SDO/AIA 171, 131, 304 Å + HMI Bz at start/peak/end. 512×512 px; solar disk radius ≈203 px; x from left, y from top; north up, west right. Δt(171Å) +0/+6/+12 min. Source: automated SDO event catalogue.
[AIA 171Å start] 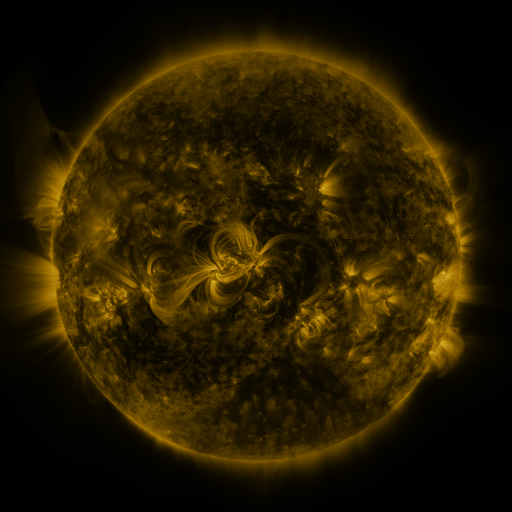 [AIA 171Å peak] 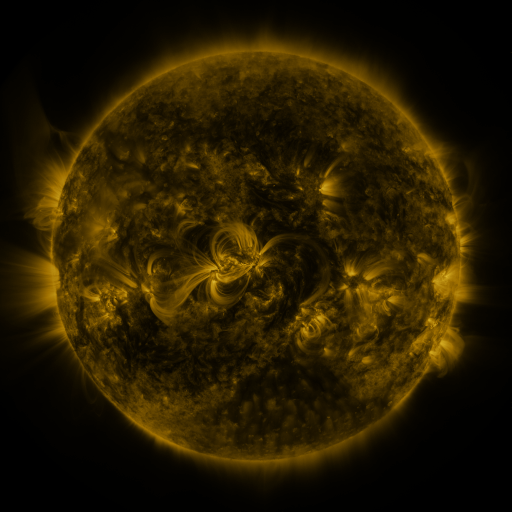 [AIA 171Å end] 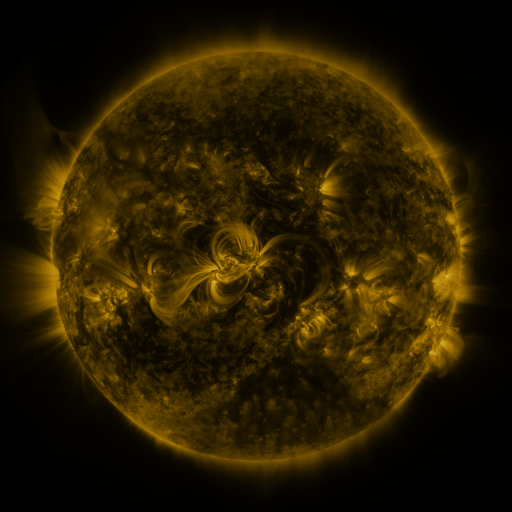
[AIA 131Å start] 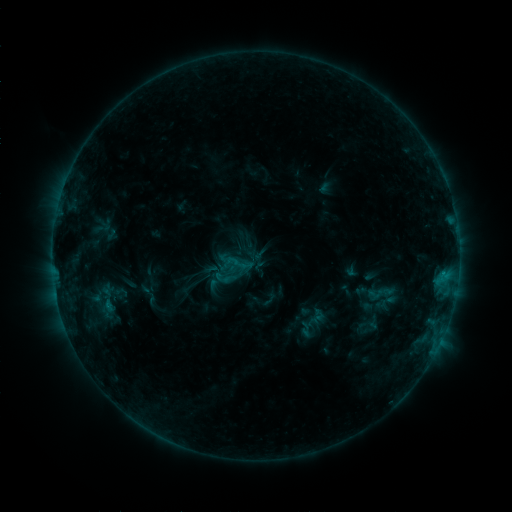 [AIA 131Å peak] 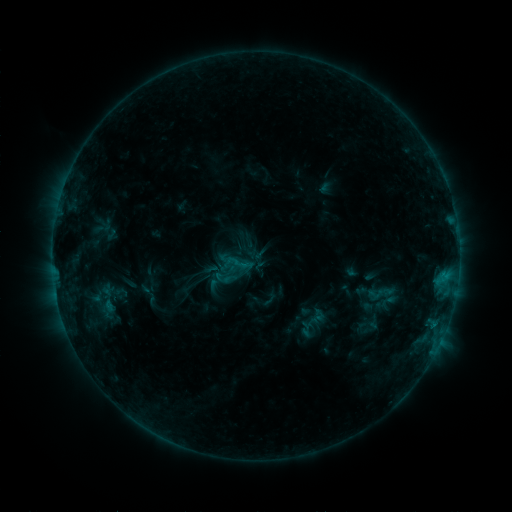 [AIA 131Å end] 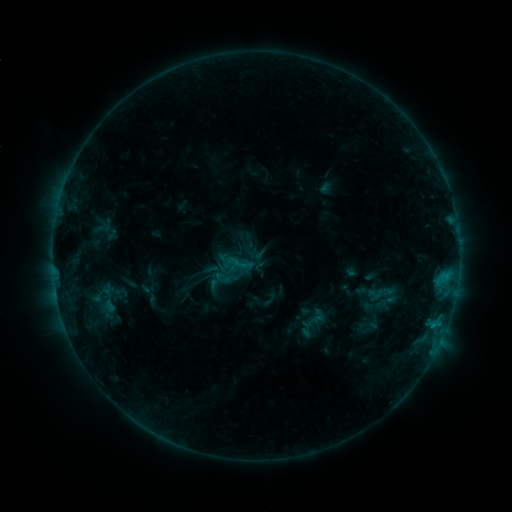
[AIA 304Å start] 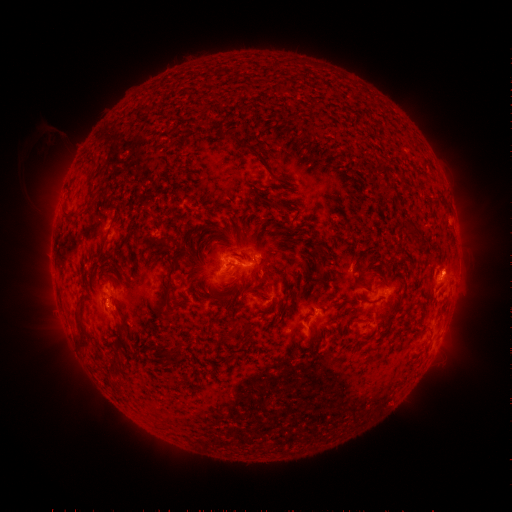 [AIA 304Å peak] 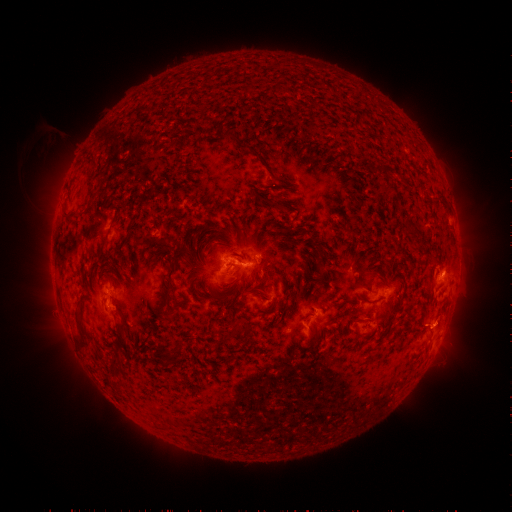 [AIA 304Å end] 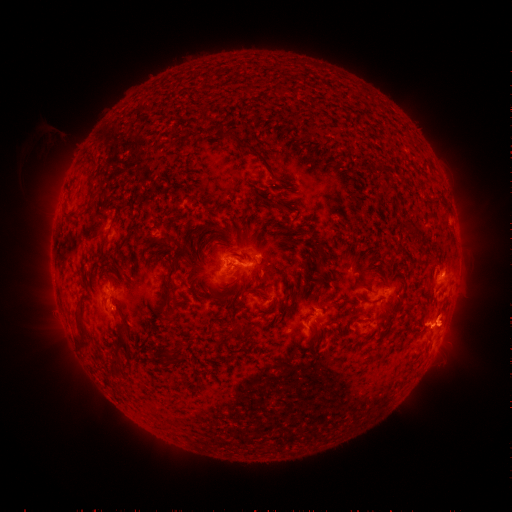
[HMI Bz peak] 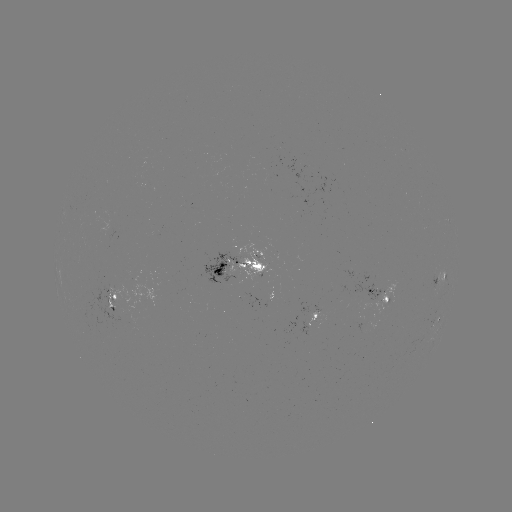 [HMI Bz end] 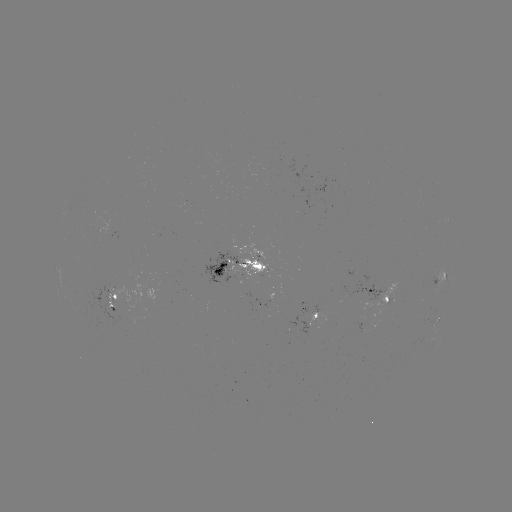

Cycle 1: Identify eruption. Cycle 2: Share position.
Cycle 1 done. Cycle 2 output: (446, 325).